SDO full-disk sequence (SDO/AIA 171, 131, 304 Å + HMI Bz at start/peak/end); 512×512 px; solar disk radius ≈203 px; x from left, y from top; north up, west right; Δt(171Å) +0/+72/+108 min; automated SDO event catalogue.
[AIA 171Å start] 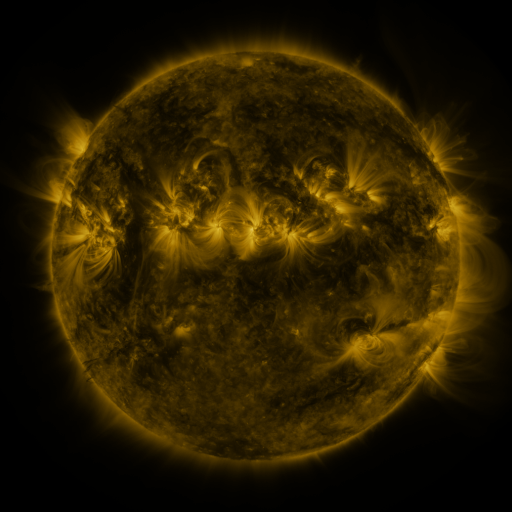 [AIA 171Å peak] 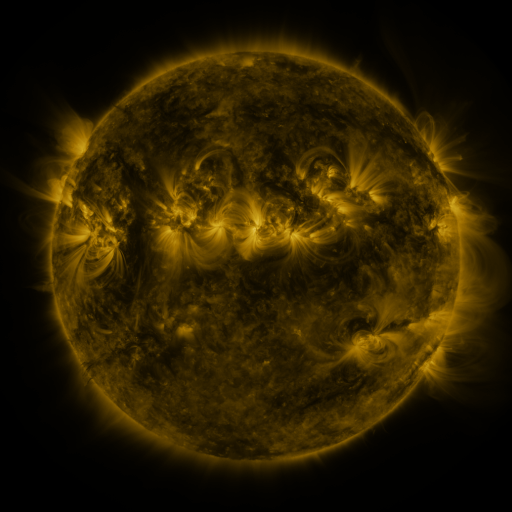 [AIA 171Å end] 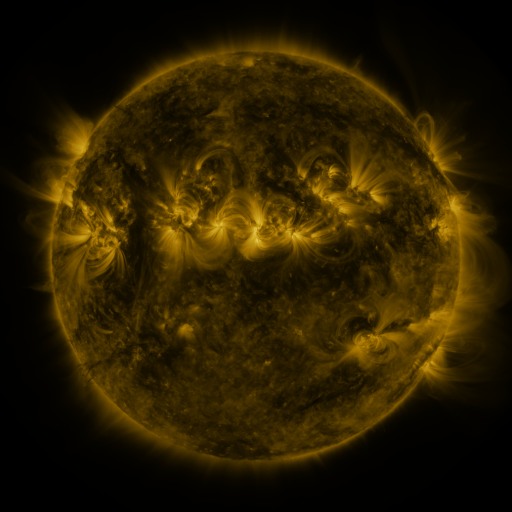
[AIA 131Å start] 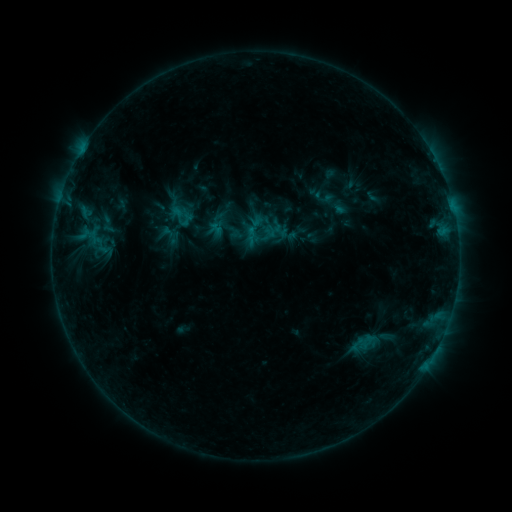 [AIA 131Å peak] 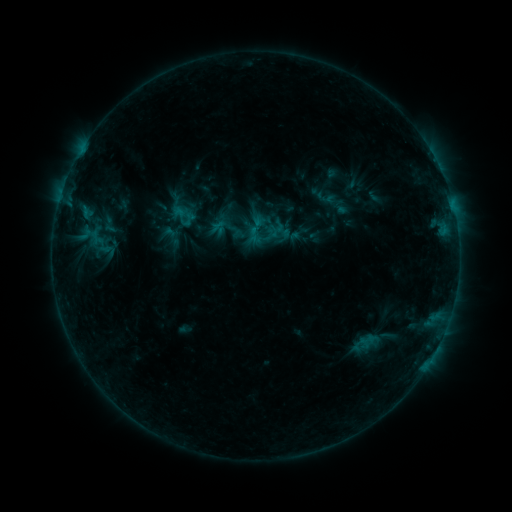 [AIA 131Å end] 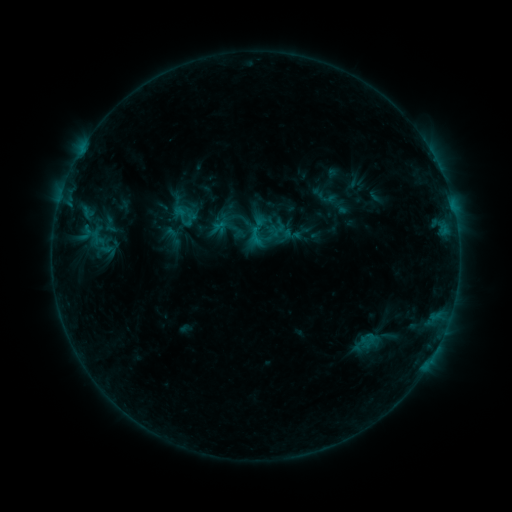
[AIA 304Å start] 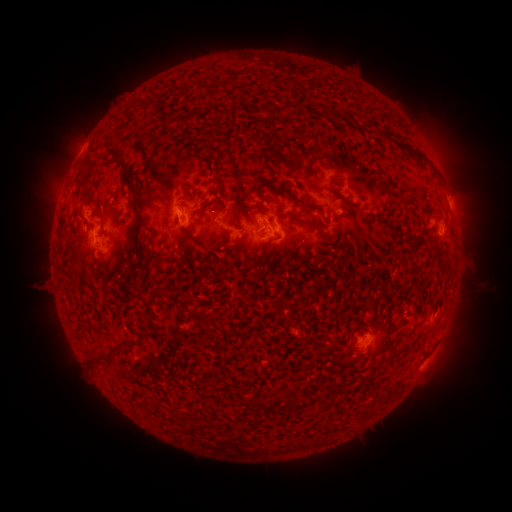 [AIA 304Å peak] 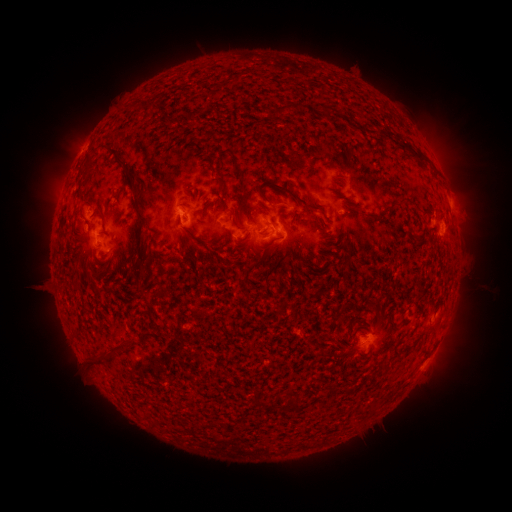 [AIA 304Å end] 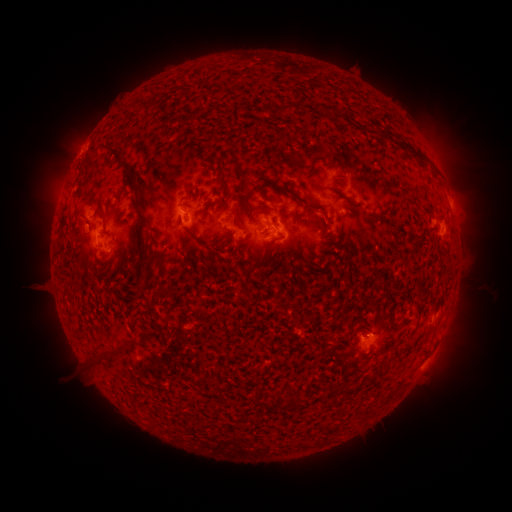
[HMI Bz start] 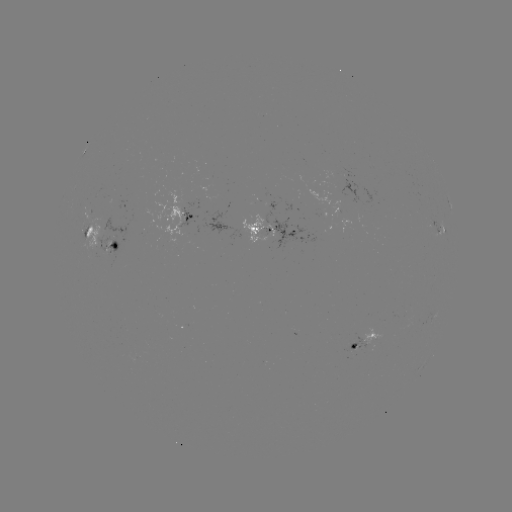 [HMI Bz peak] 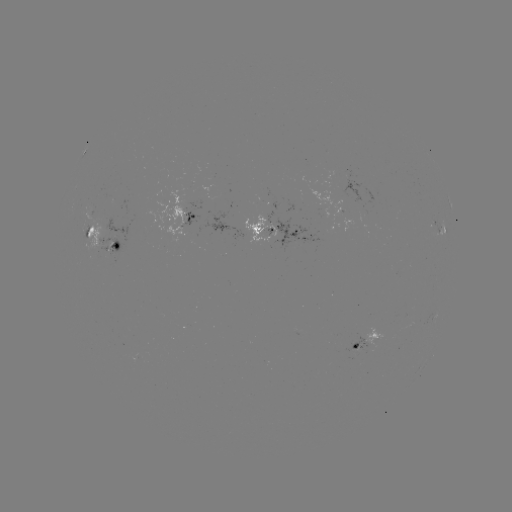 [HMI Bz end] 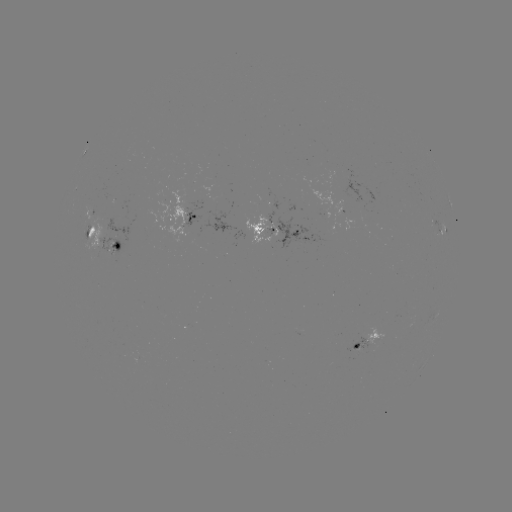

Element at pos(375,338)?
emerging-flux region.